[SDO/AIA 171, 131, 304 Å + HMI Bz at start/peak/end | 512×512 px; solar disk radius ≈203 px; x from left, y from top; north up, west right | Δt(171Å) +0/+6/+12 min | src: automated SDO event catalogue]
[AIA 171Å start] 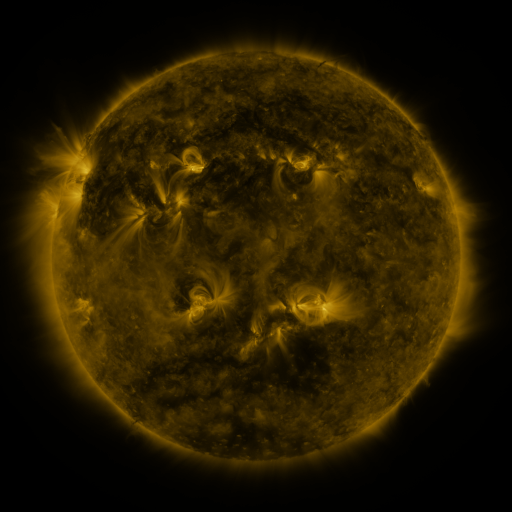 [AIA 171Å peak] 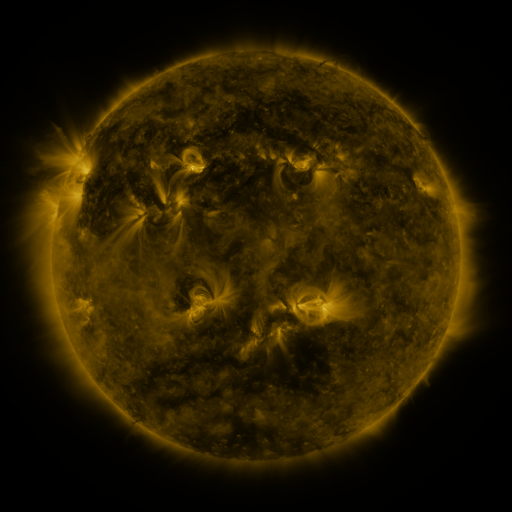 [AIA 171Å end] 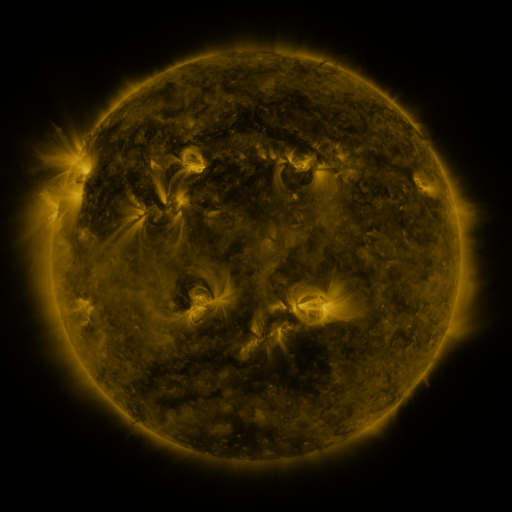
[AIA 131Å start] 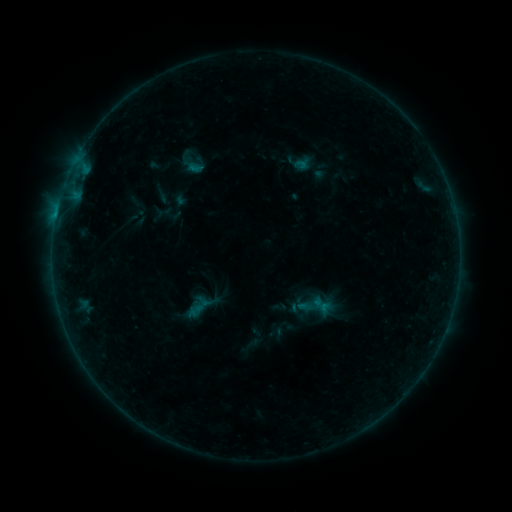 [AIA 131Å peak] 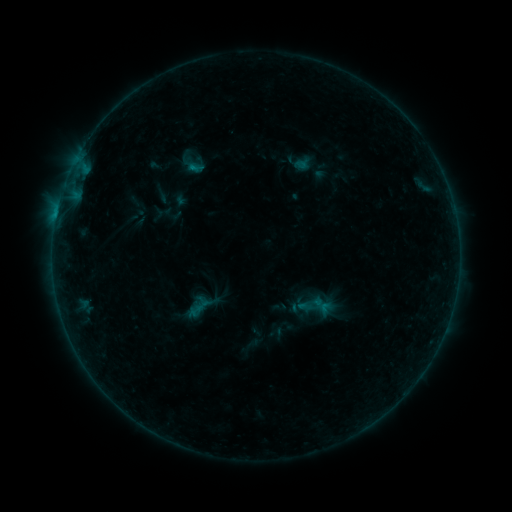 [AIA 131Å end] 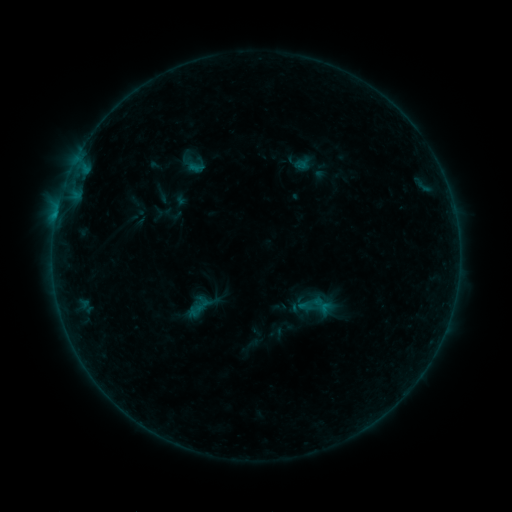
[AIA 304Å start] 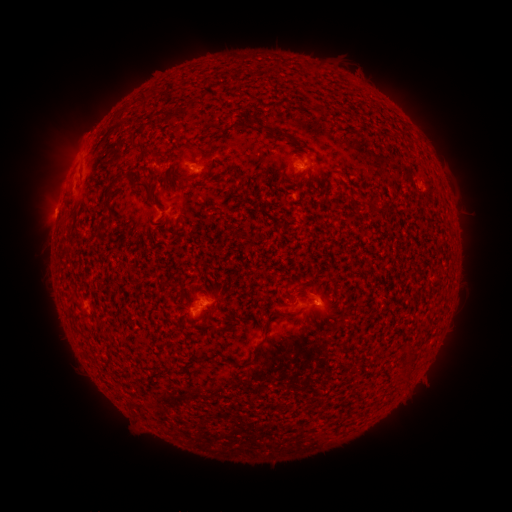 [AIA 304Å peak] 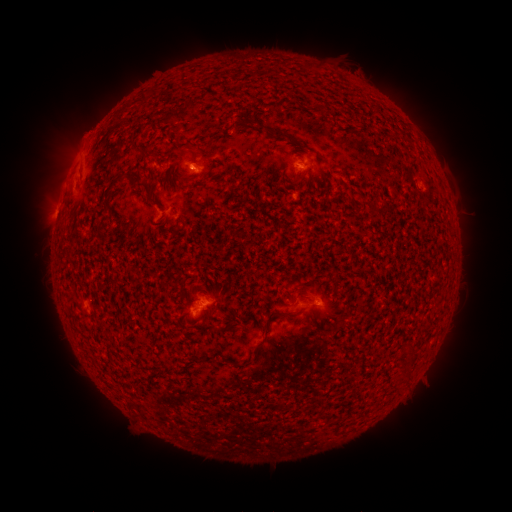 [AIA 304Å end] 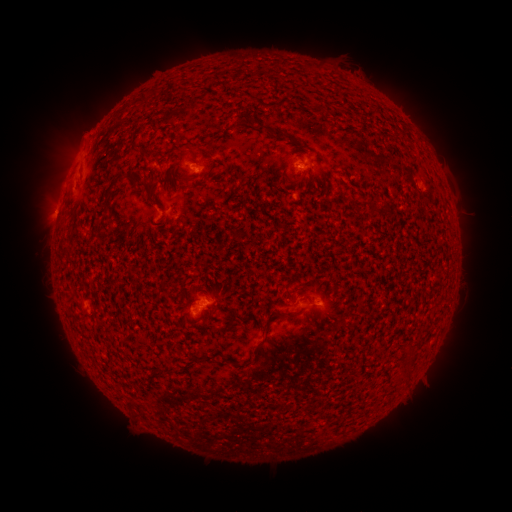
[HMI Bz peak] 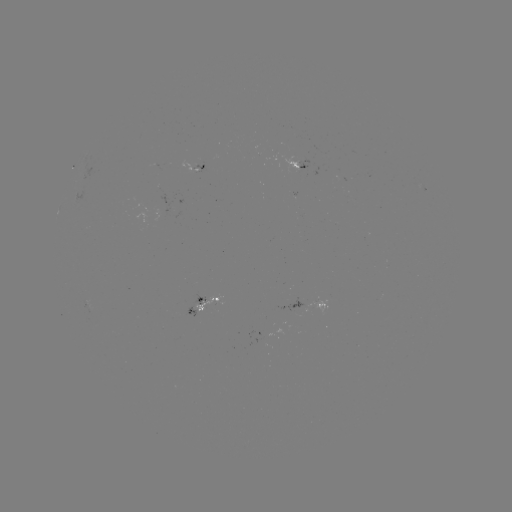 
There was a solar flare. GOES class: B1.7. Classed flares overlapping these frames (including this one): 1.